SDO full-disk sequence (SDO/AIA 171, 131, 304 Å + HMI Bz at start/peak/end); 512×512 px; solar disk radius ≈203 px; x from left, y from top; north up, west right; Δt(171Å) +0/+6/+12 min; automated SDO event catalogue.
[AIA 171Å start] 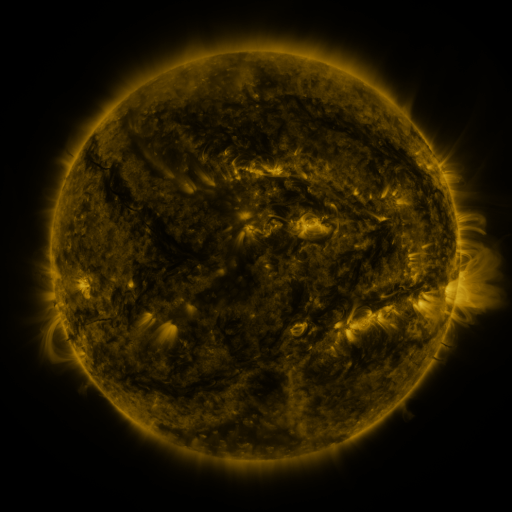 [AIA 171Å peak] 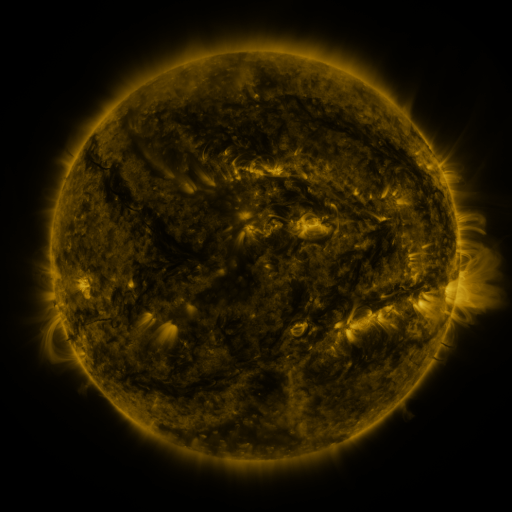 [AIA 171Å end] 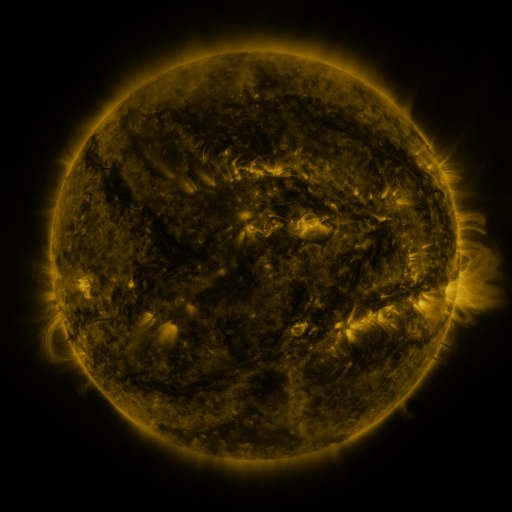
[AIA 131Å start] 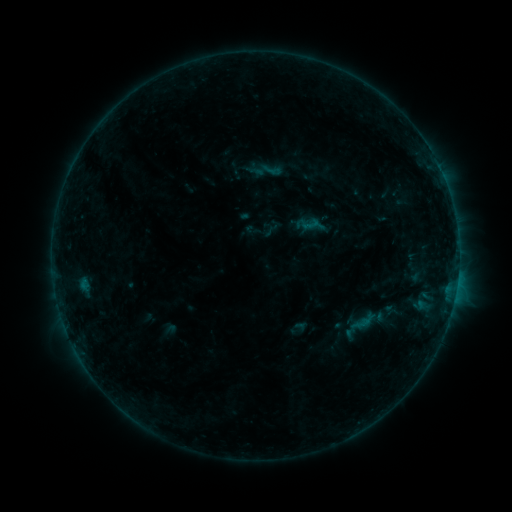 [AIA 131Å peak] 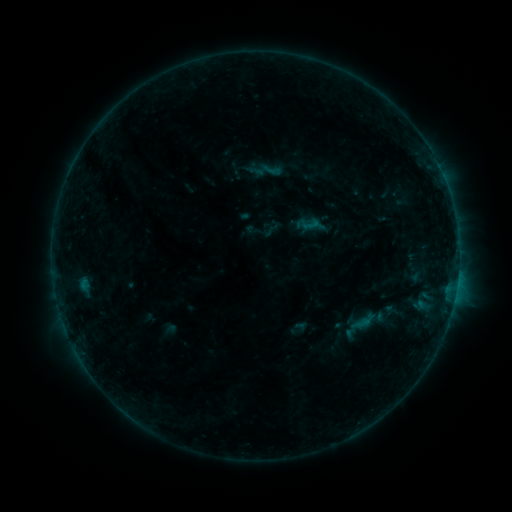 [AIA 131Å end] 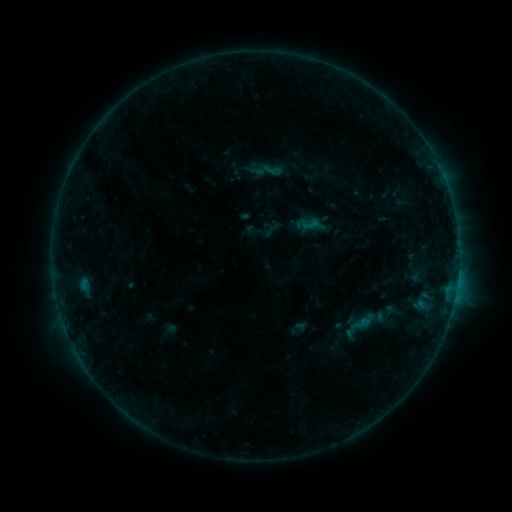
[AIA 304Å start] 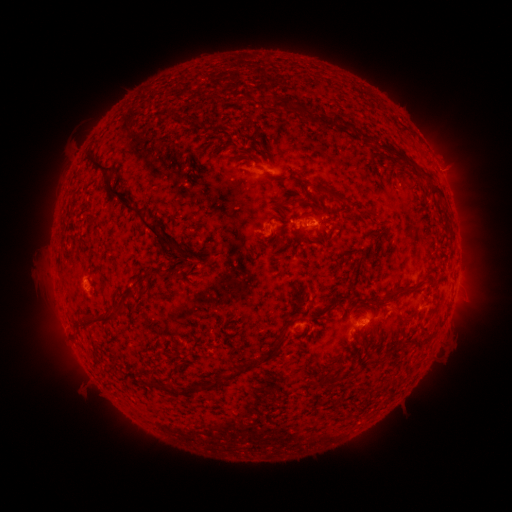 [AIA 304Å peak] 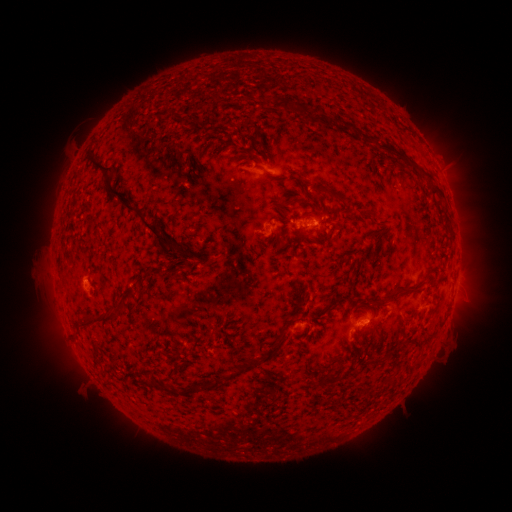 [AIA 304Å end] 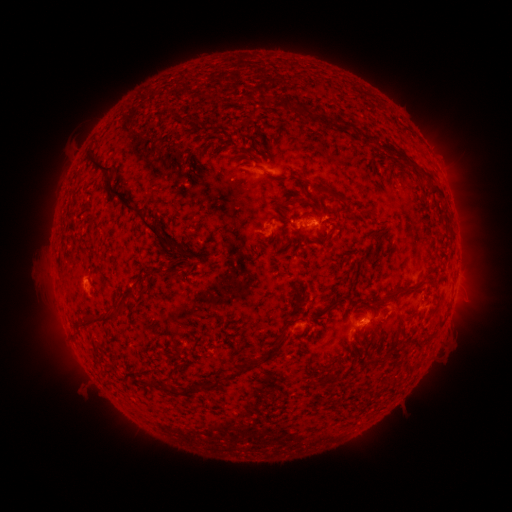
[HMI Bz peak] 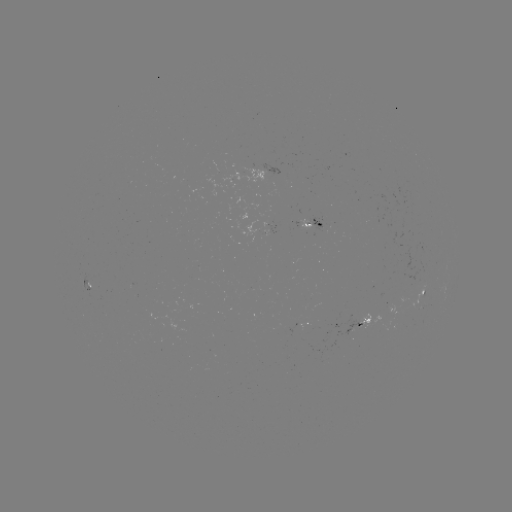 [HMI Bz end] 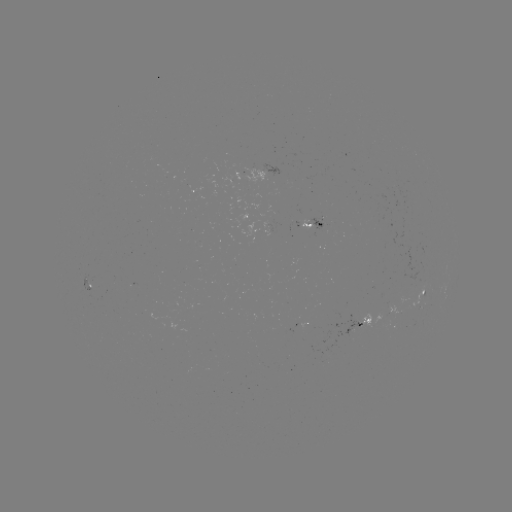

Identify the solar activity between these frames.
no classed flare was catalogued and no EUV brightening was flagged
